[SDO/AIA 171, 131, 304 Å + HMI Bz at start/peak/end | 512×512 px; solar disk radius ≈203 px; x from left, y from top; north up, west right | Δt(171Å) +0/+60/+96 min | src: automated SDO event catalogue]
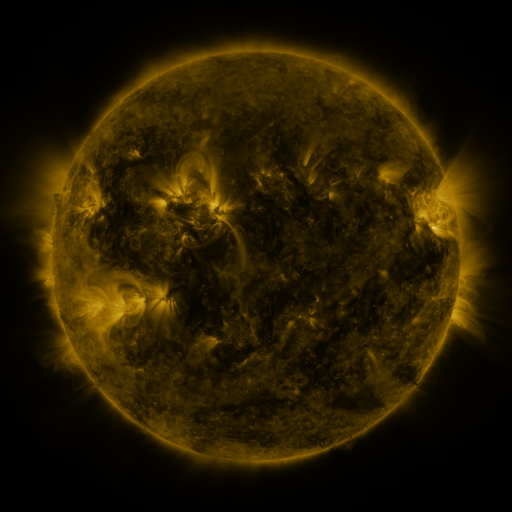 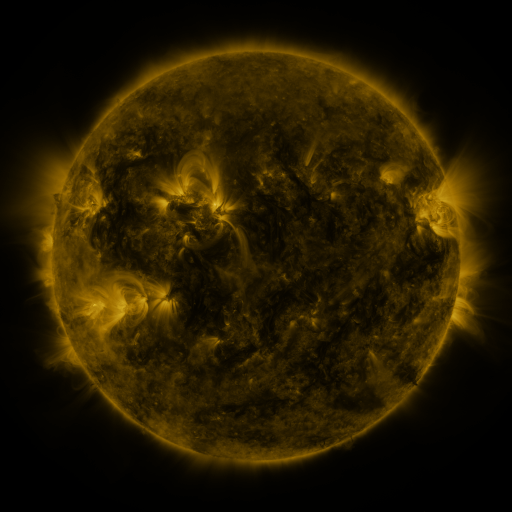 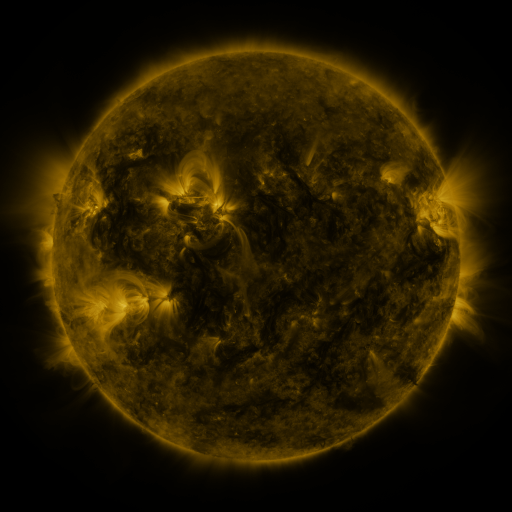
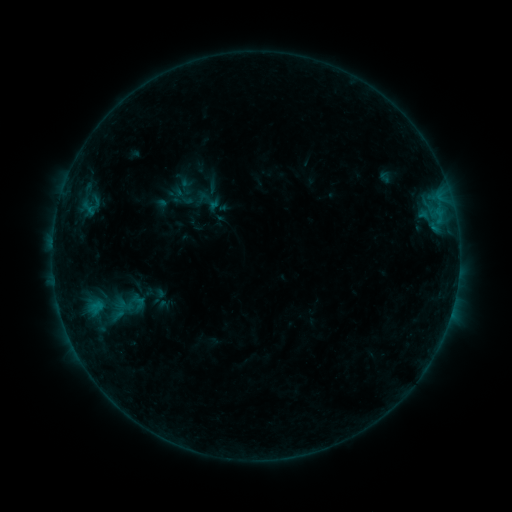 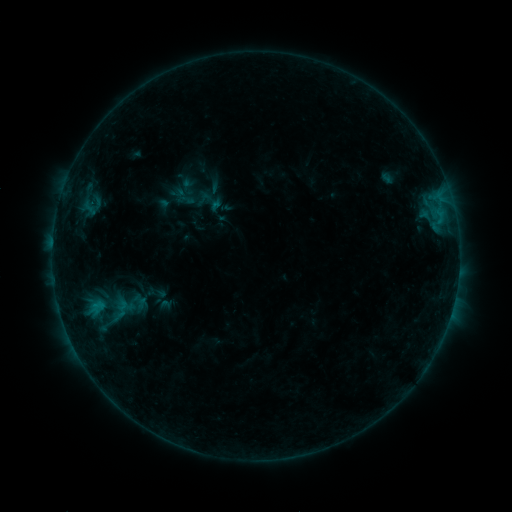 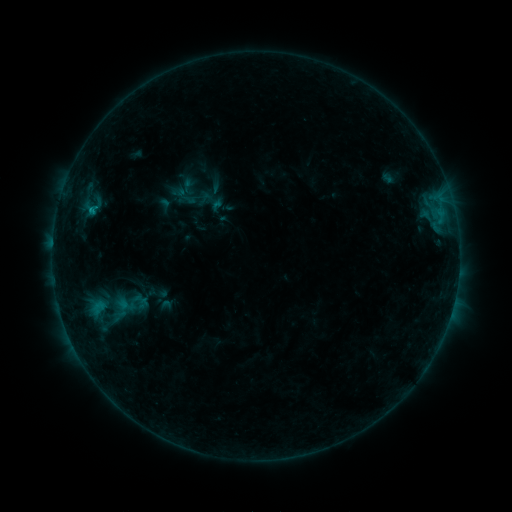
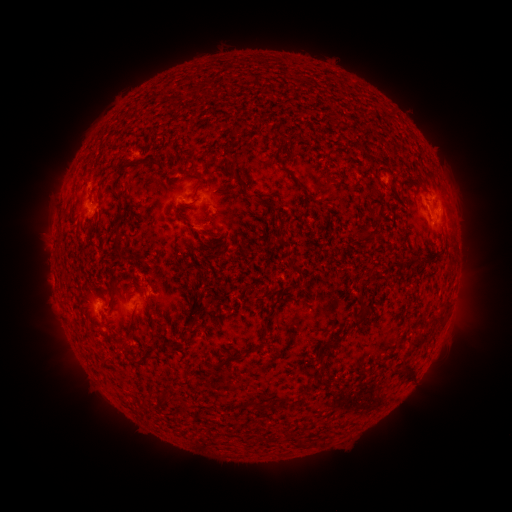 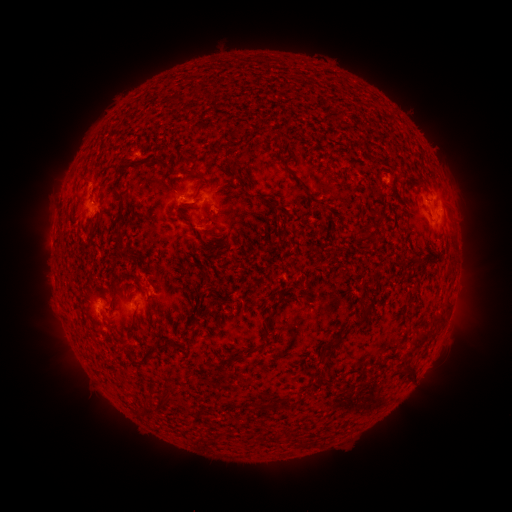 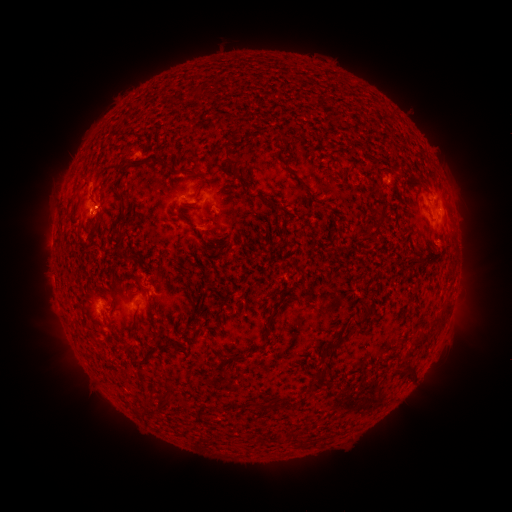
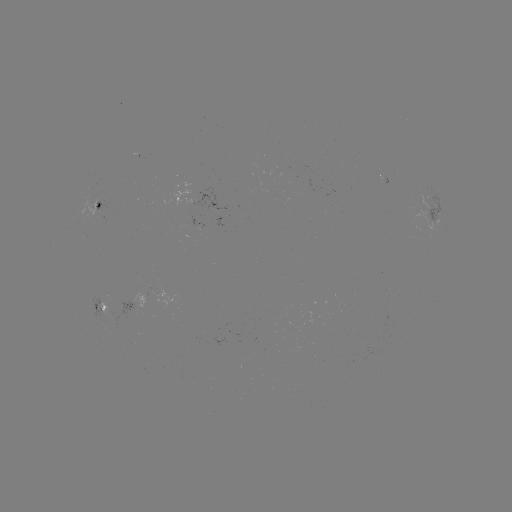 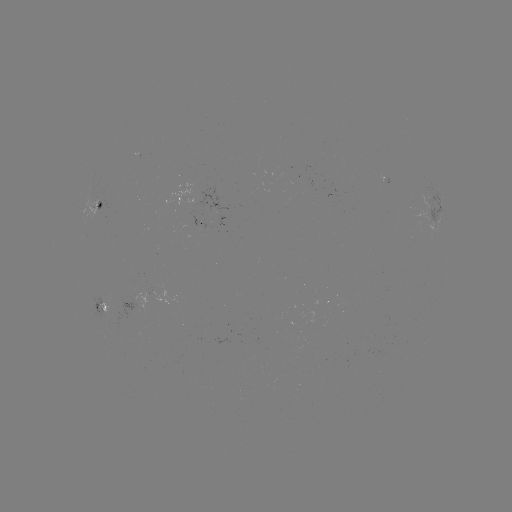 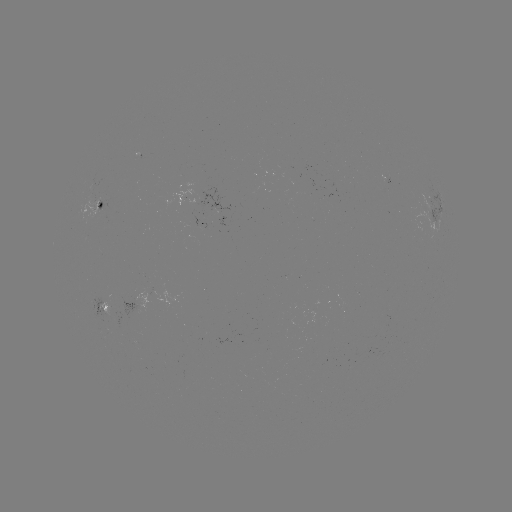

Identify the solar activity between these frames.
emerging-flux region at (204, 224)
